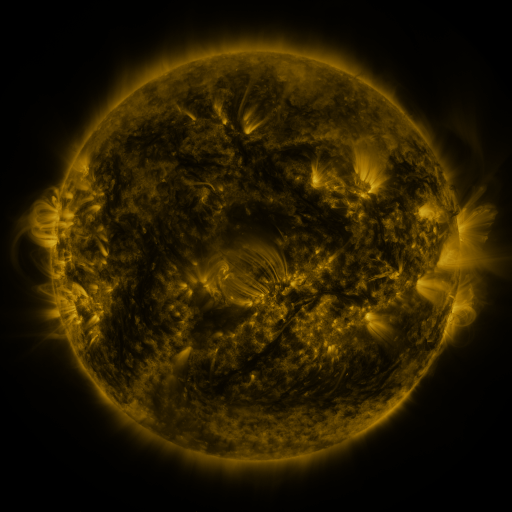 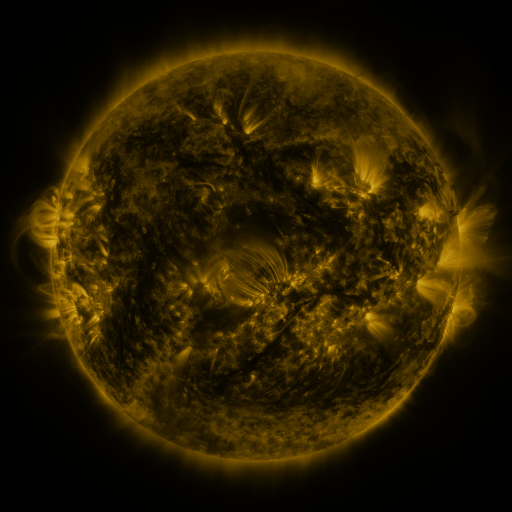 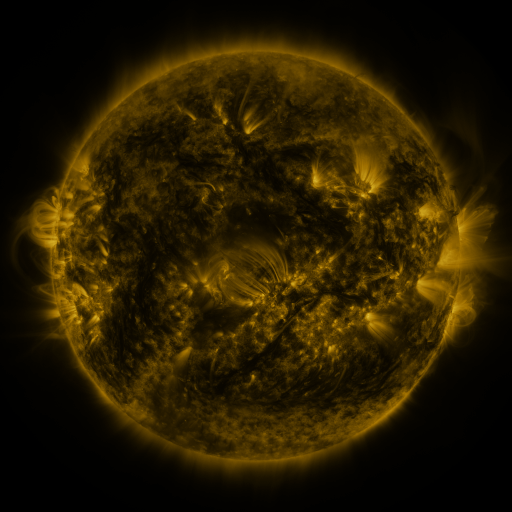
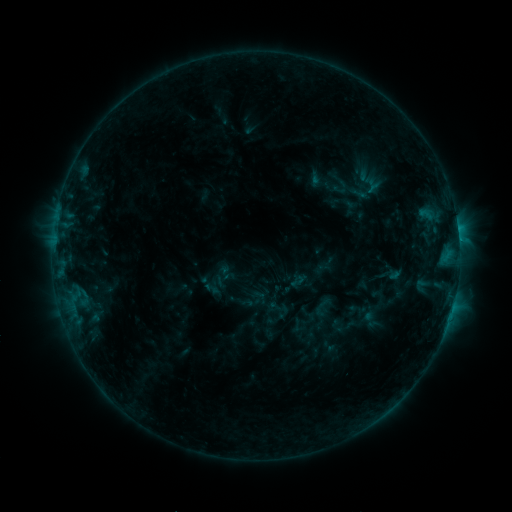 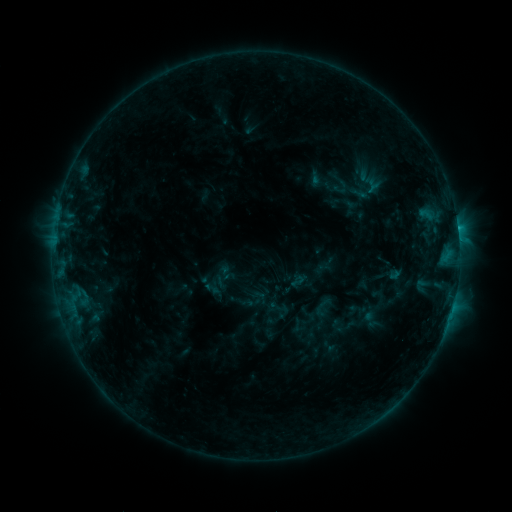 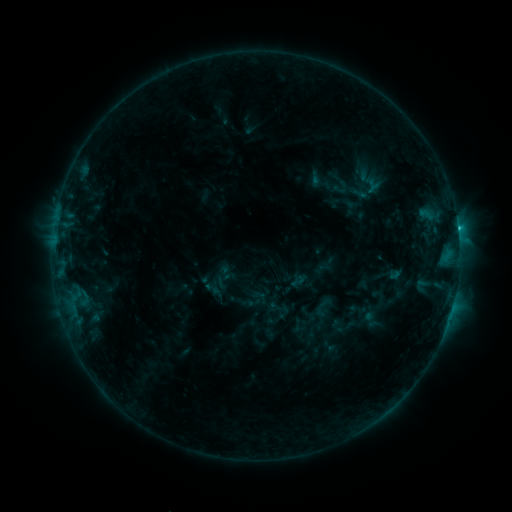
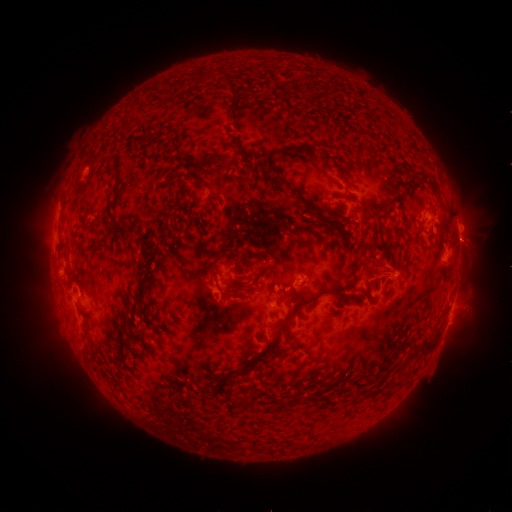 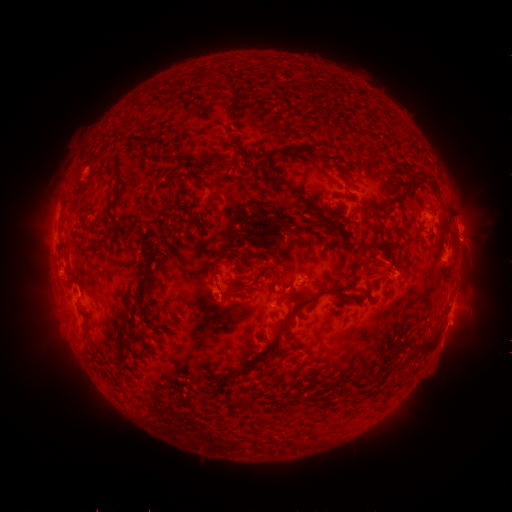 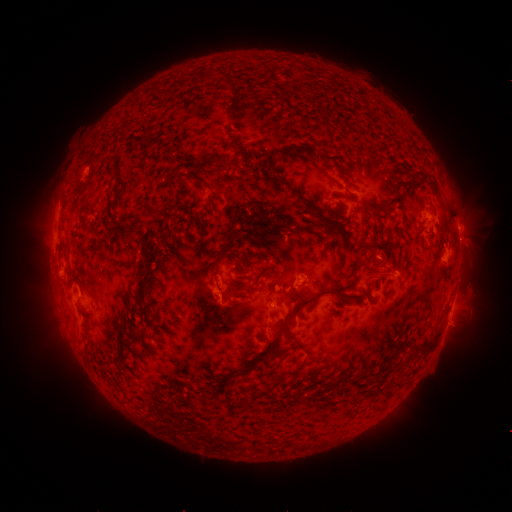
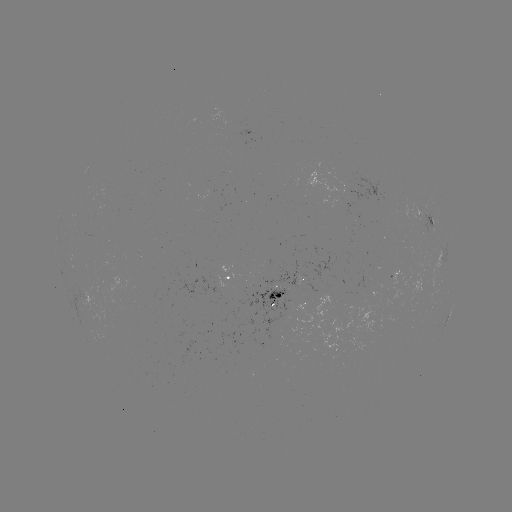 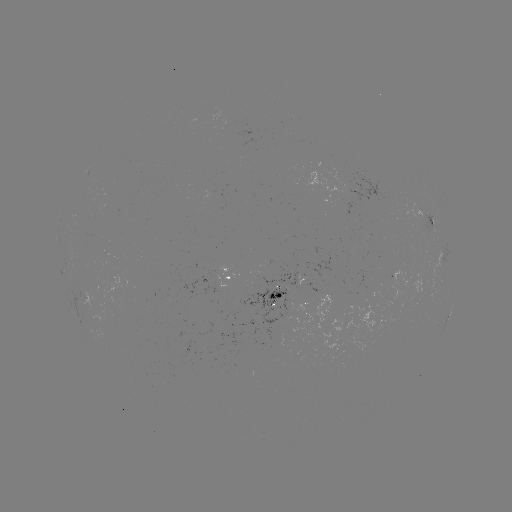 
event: flare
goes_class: C1.7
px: (457, 231)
